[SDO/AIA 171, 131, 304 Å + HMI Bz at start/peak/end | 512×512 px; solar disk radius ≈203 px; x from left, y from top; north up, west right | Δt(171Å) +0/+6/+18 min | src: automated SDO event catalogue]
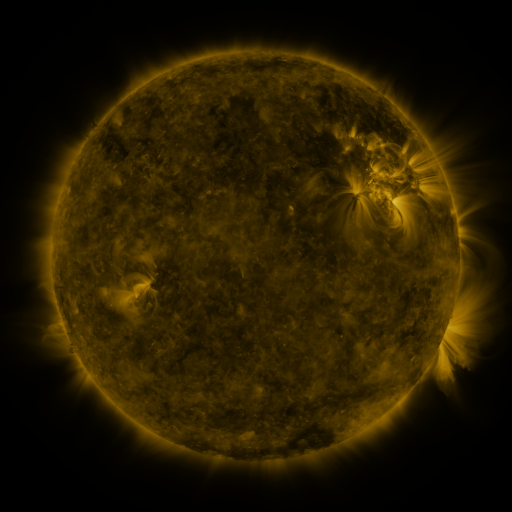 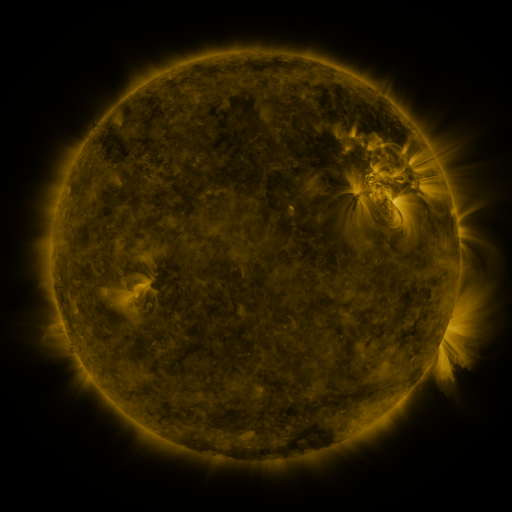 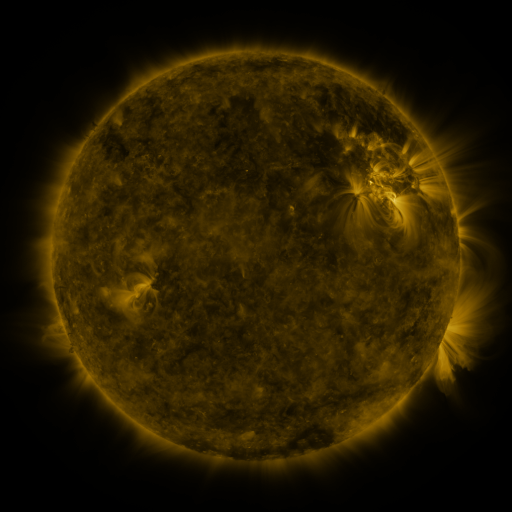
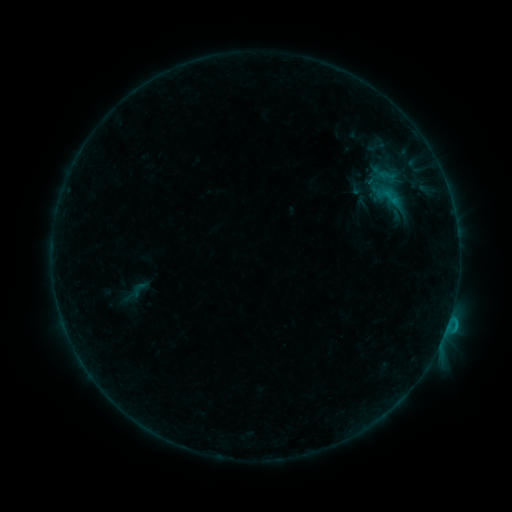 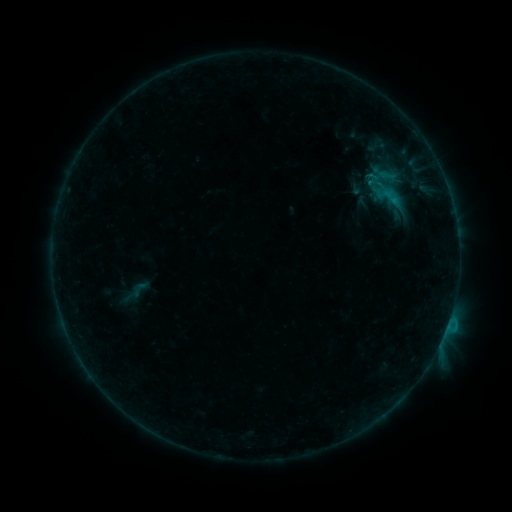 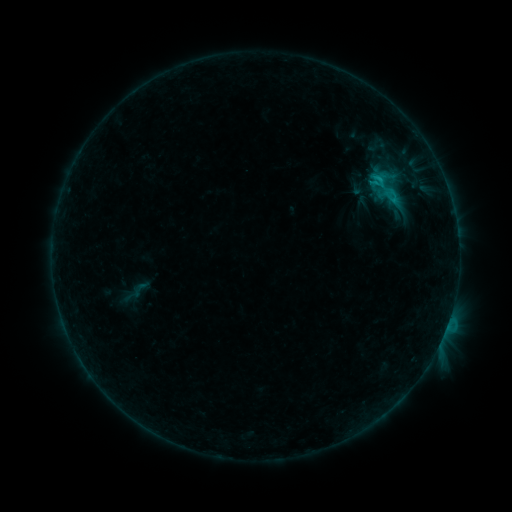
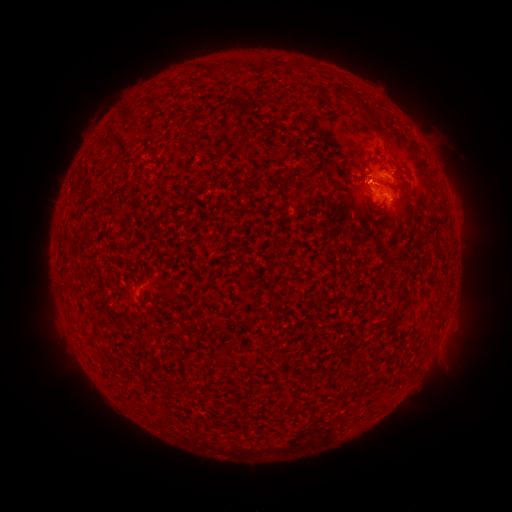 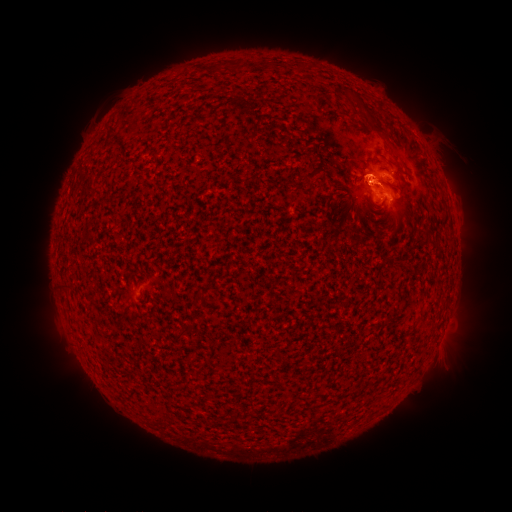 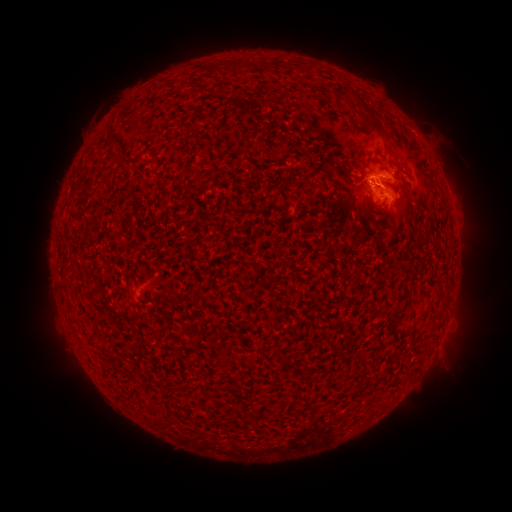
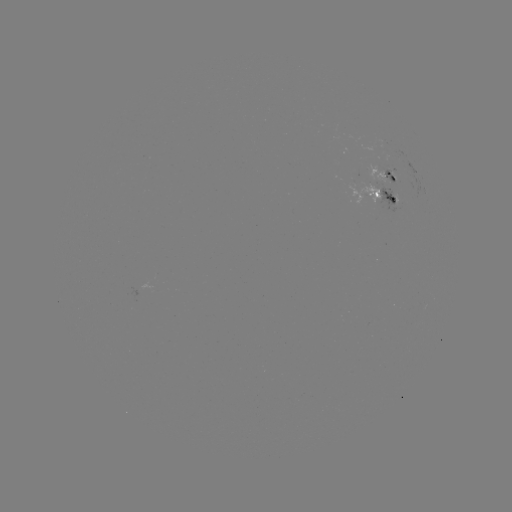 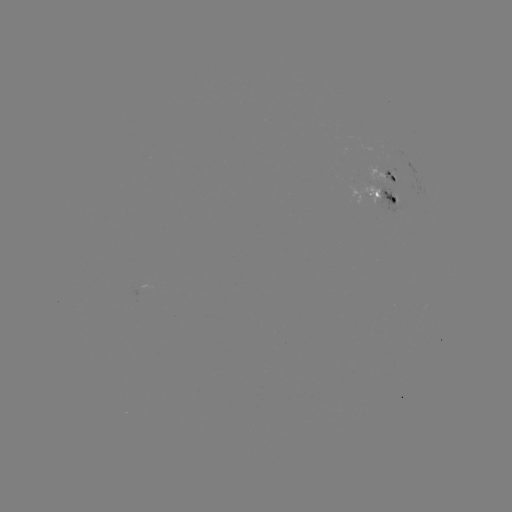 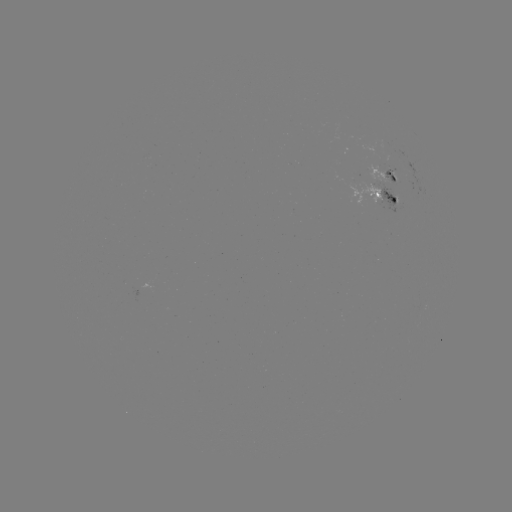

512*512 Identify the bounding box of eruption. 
[322, 135, 409, 251].